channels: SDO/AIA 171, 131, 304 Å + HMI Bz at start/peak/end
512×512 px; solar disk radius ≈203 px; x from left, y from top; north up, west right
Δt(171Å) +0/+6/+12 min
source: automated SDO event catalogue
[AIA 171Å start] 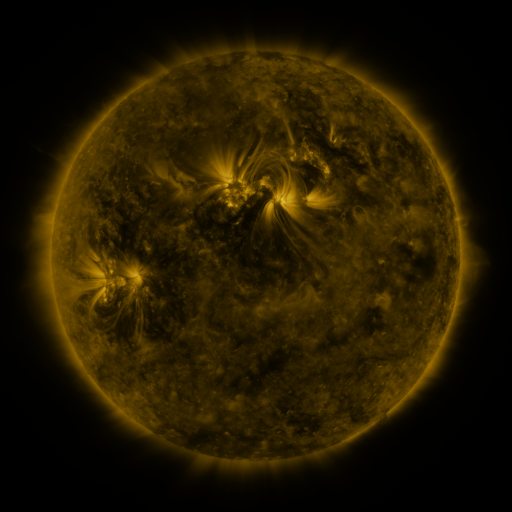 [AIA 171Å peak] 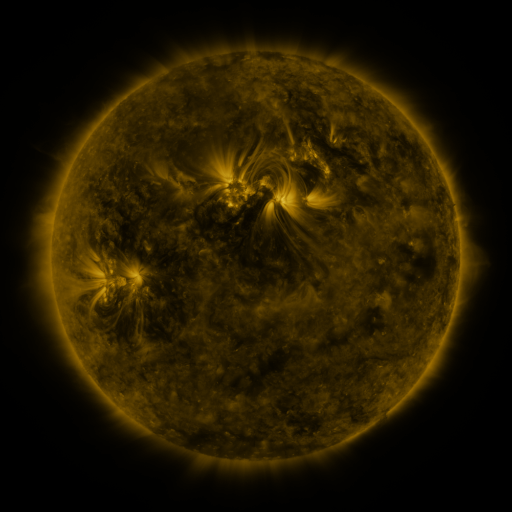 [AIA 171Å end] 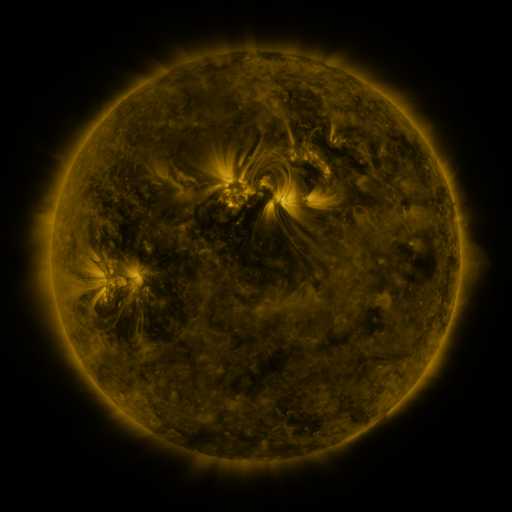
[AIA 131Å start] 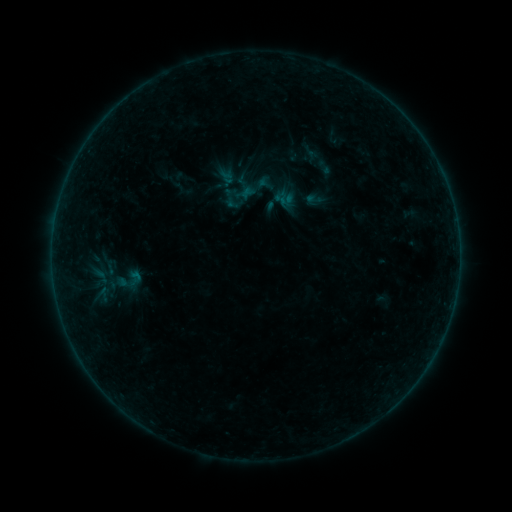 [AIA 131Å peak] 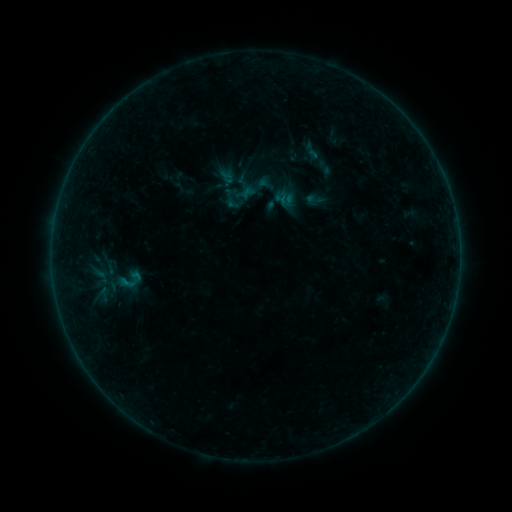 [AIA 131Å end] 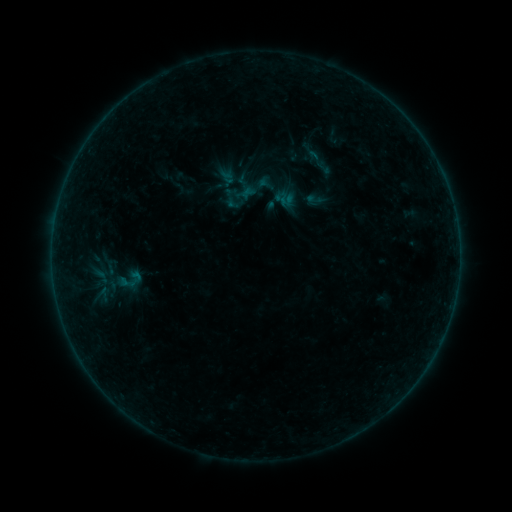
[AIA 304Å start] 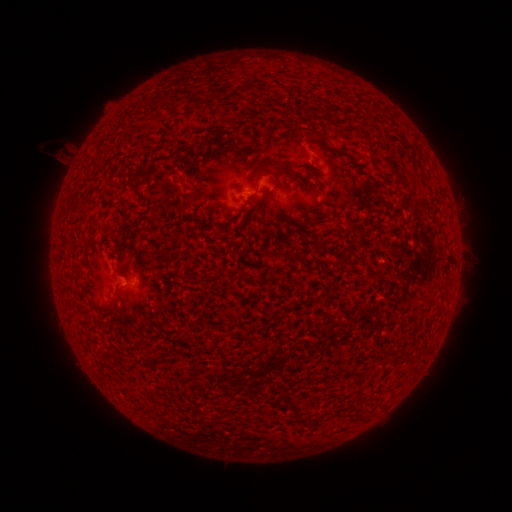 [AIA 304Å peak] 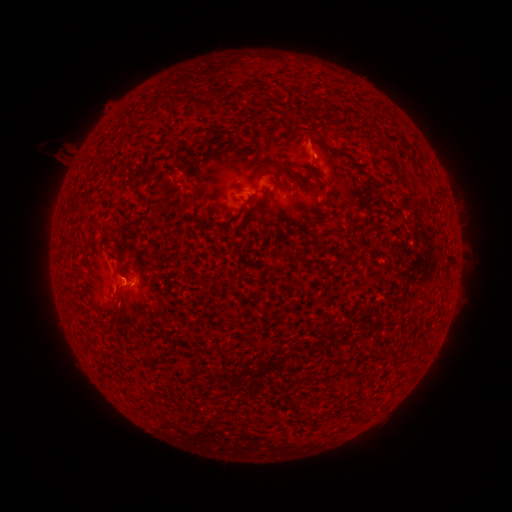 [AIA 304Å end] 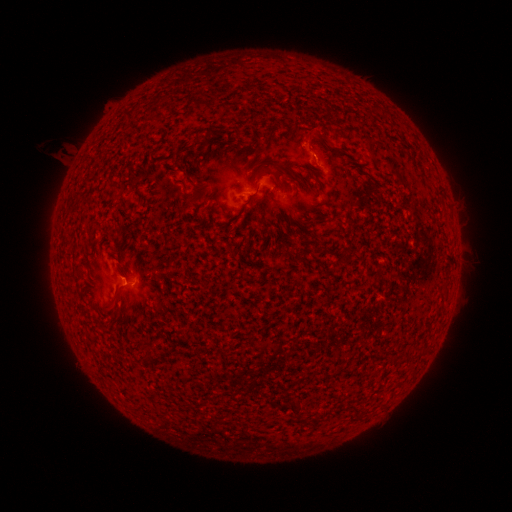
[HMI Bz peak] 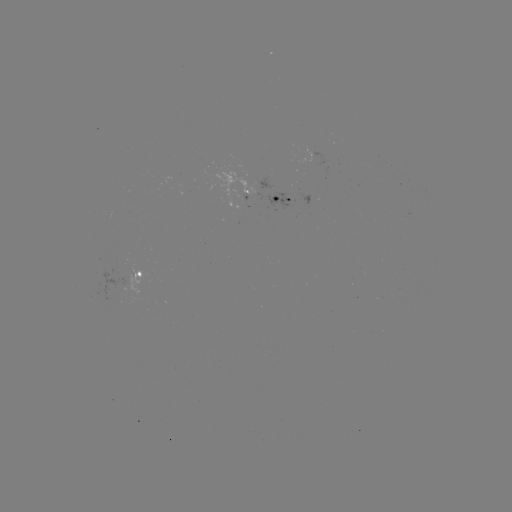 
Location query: B2.2 flare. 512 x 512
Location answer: (127, 282).